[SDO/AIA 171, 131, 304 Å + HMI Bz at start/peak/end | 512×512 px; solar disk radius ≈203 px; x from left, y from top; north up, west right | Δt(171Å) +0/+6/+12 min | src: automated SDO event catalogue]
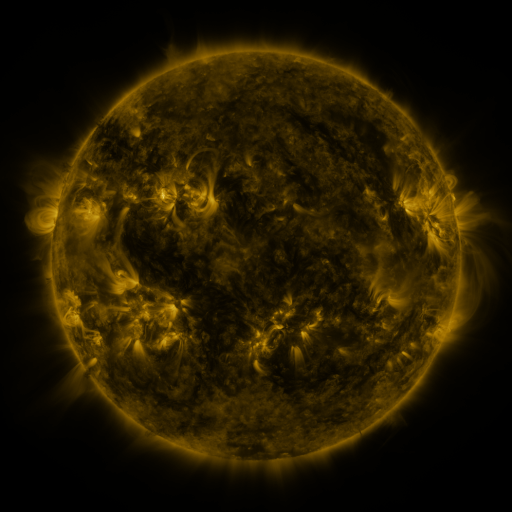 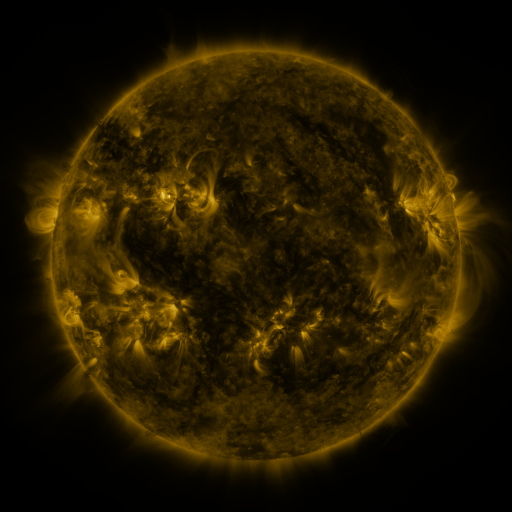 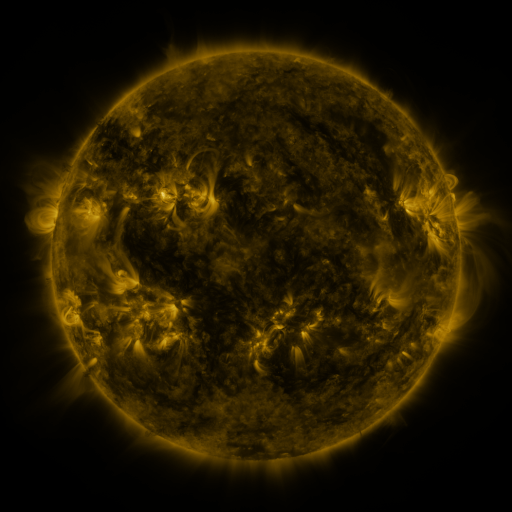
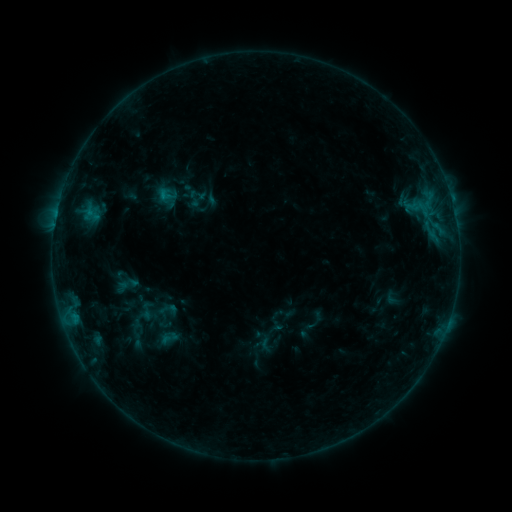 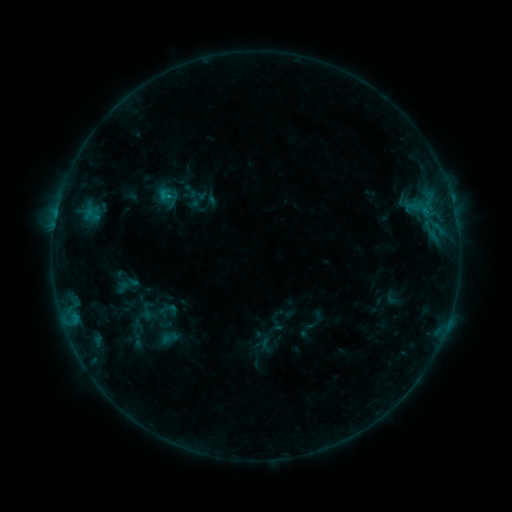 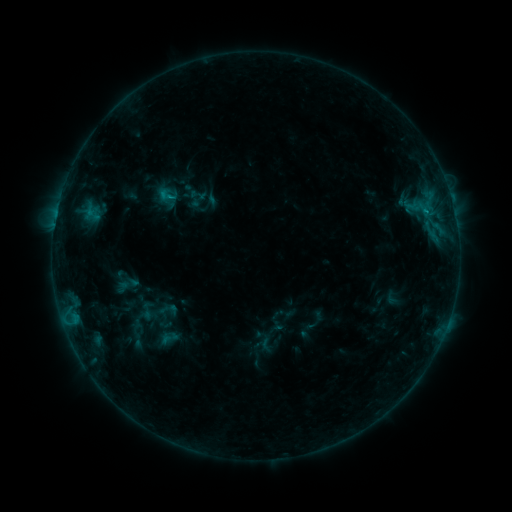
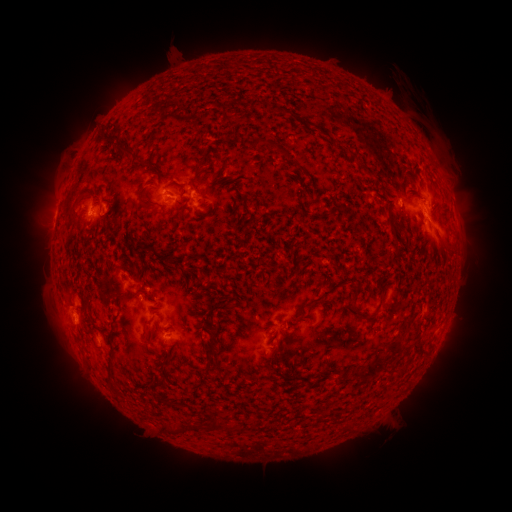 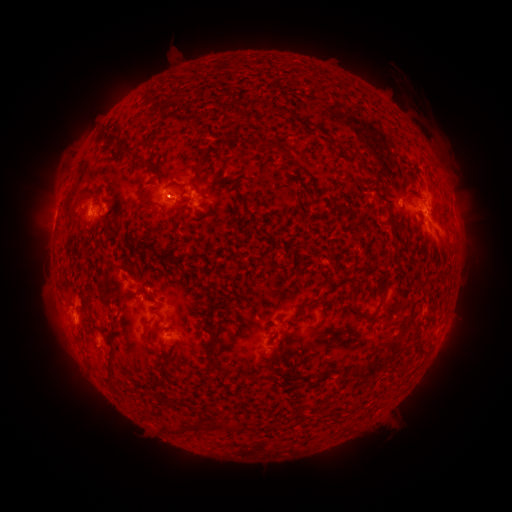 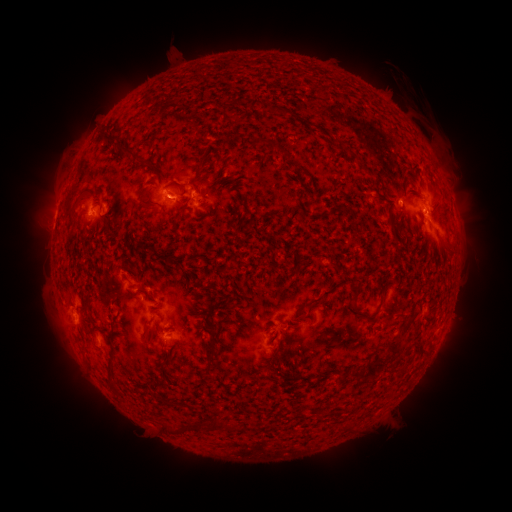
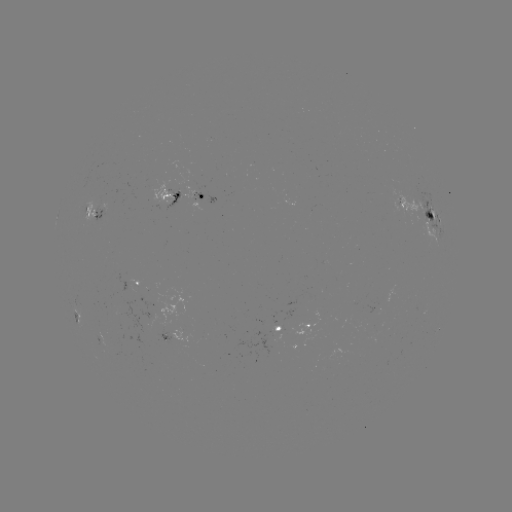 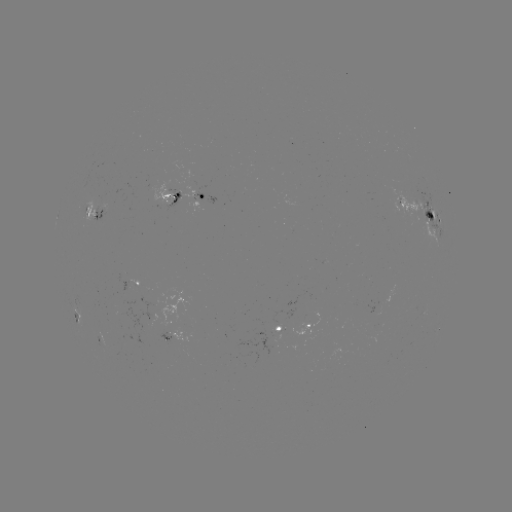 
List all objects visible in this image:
B9.0 flare: (172, 198)
